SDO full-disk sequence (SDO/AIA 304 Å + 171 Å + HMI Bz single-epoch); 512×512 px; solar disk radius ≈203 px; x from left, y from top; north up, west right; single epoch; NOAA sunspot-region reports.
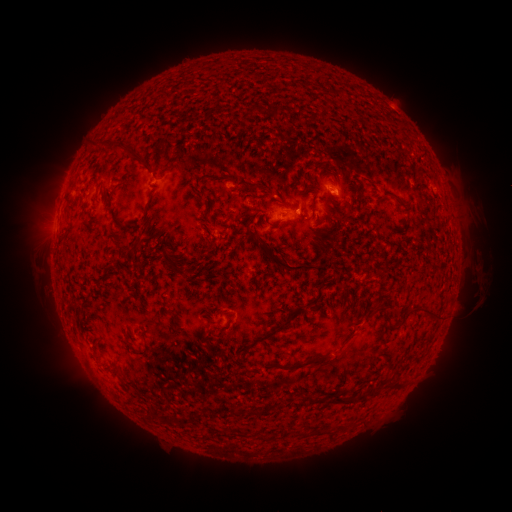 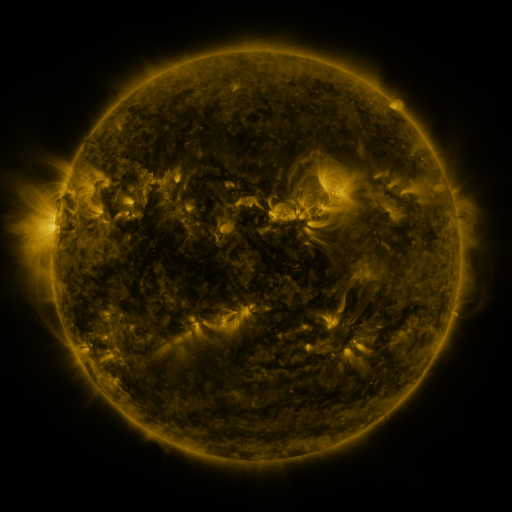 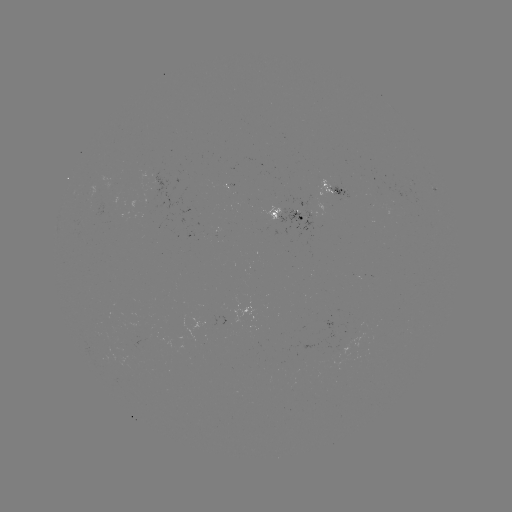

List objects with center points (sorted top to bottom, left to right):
spotted active region: (337, 187)
spotted active region: (290, 215)
